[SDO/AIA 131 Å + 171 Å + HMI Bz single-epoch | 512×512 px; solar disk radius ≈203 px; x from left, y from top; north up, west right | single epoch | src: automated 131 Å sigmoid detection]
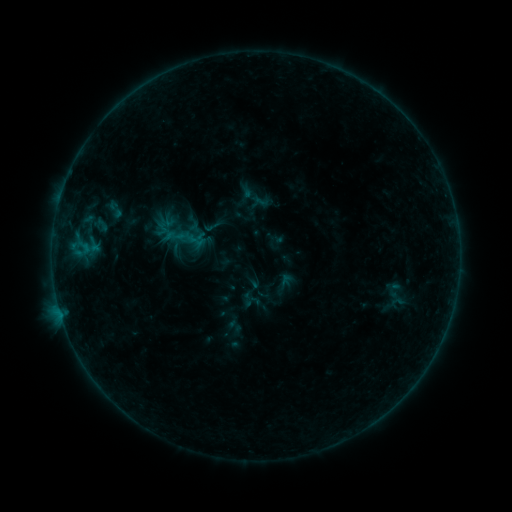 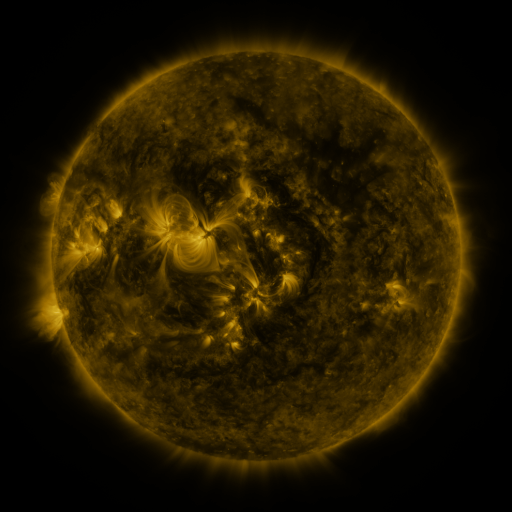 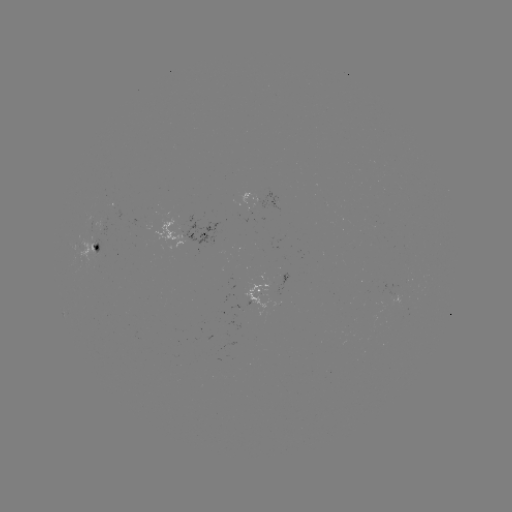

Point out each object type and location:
sigmoid: [104, 197, 126, 222]
sigmoid: [202, 216, 223, 237]
